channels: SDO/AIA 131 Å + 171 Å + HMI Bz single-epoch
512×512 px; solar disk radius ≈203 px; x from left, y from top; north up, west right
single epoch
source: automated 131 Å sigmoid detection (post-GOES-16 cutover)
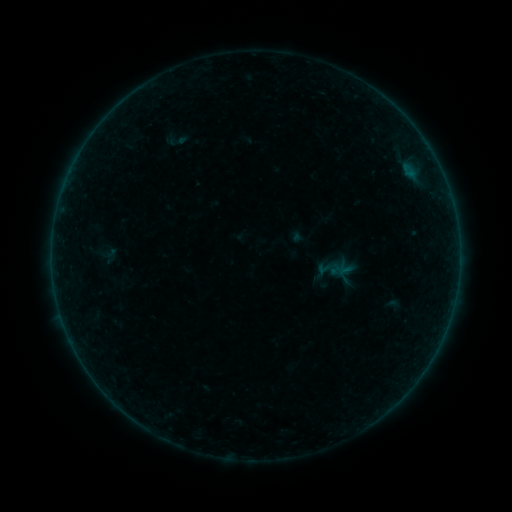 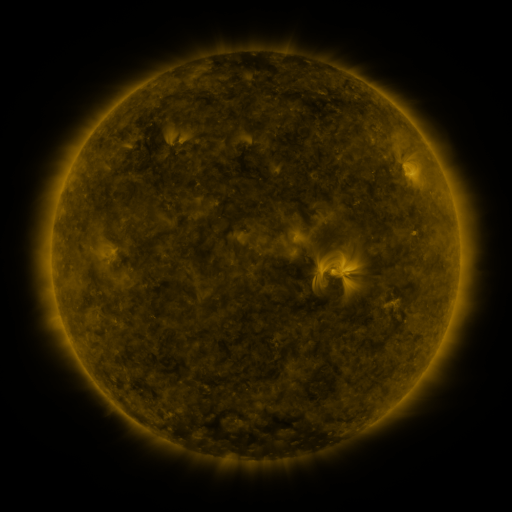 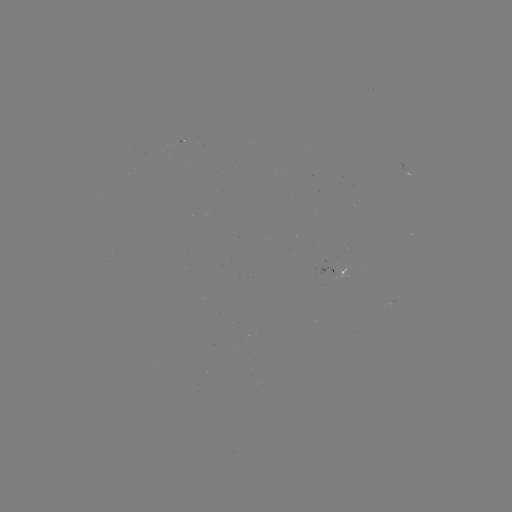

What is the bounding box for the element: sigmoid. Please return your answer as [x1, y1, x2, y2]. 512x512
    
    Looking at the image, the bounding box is [168, 132, 187, 150].